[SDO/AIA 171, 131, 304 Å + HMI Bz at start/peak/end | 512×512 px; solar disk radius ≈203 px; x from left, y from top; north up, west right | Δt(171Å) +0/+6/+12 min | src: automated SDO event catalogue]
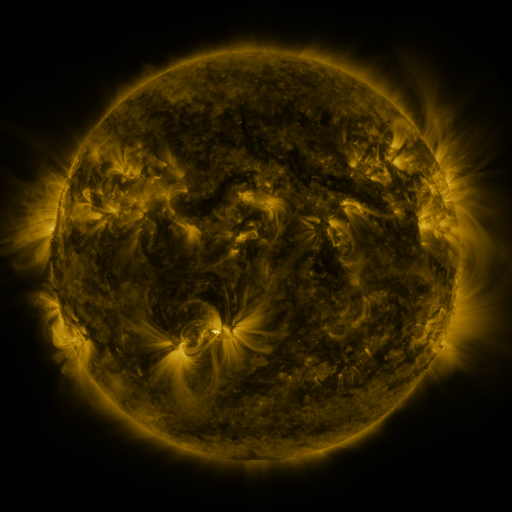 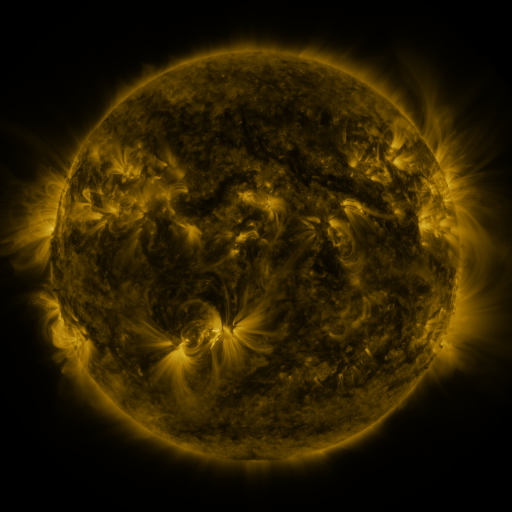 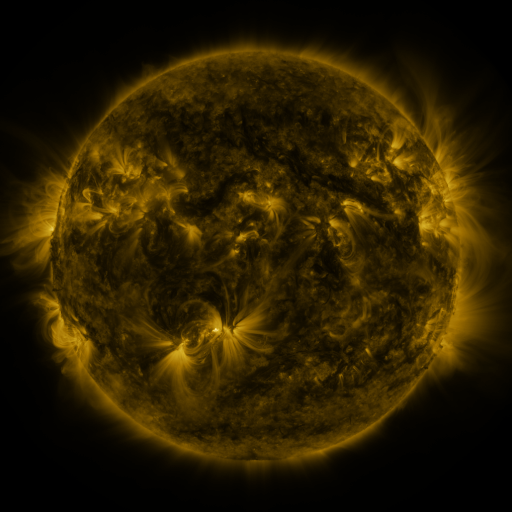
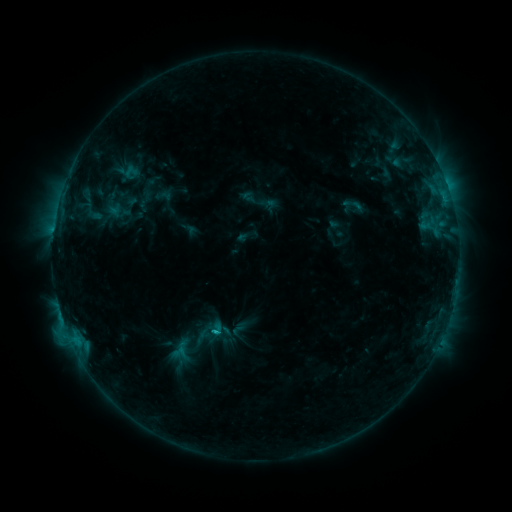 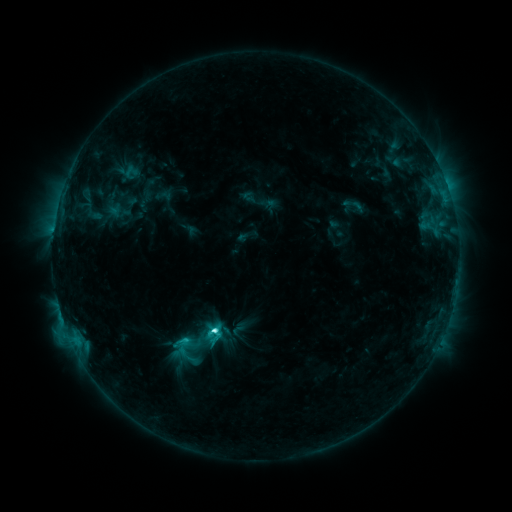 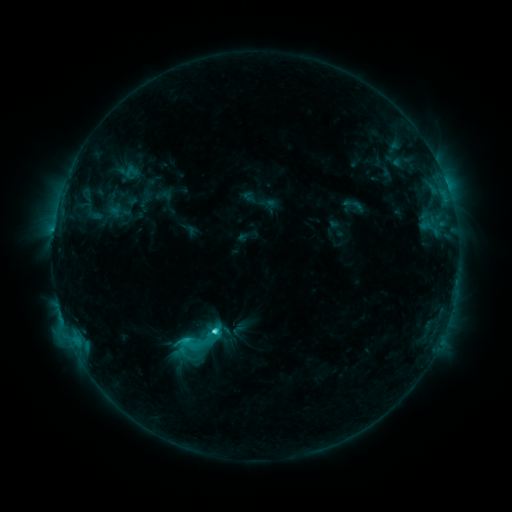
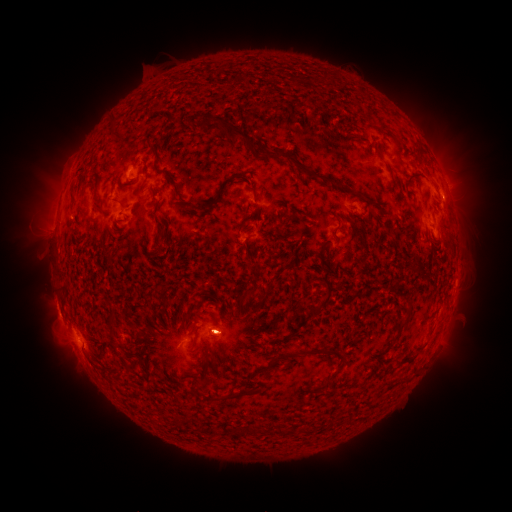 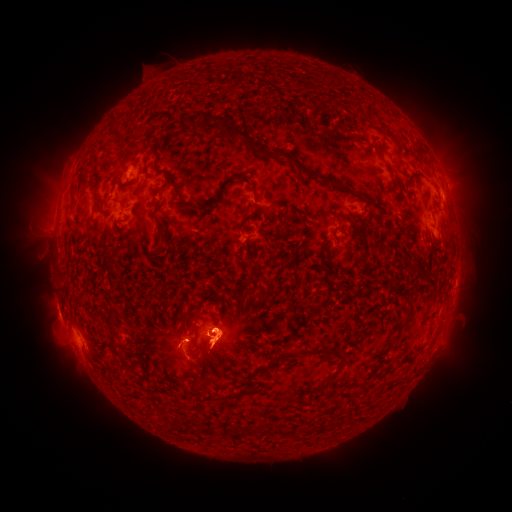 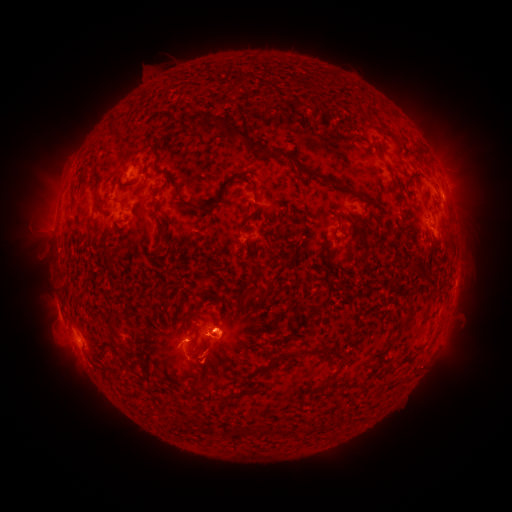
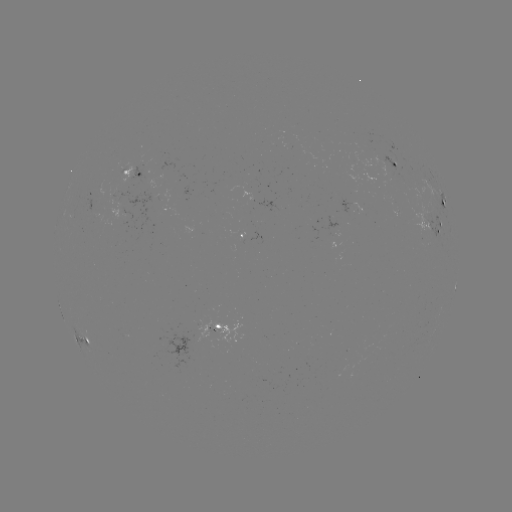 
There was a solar eruption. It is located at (46, 203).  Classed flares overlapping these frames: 1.